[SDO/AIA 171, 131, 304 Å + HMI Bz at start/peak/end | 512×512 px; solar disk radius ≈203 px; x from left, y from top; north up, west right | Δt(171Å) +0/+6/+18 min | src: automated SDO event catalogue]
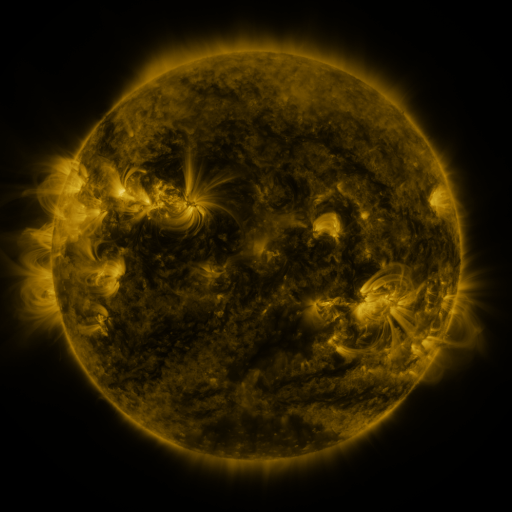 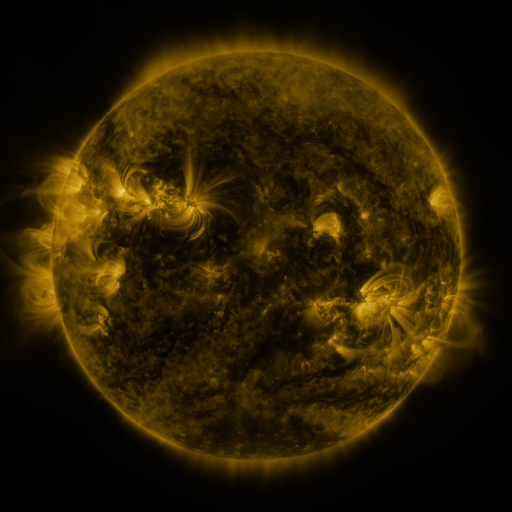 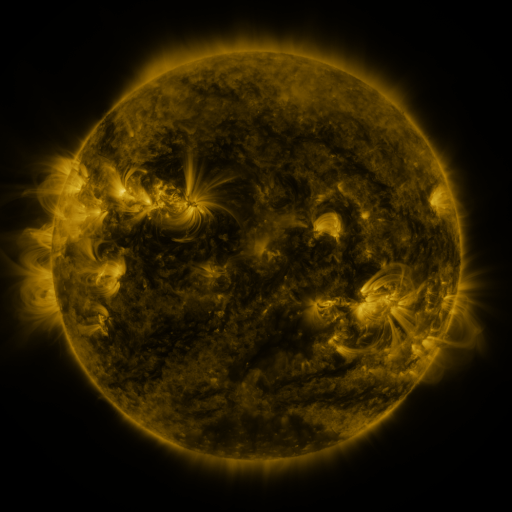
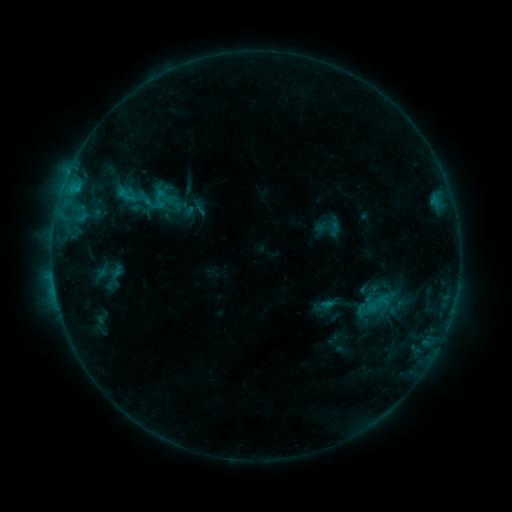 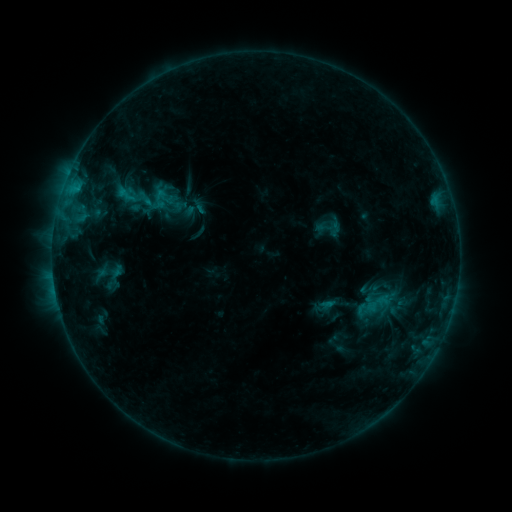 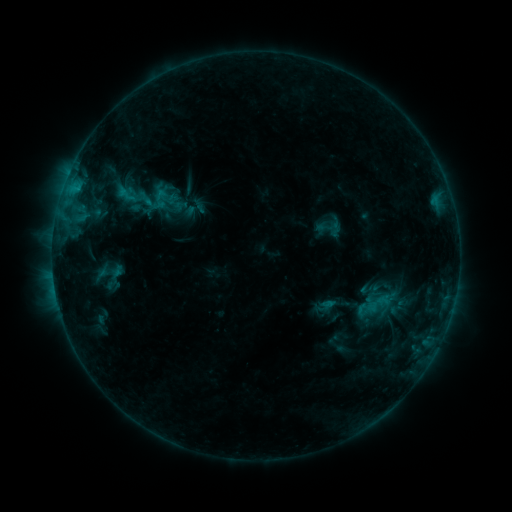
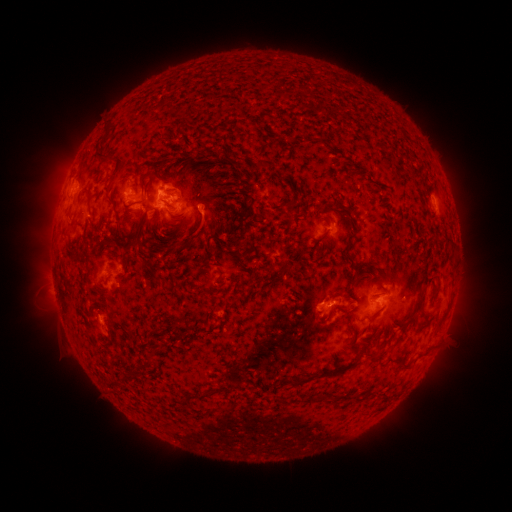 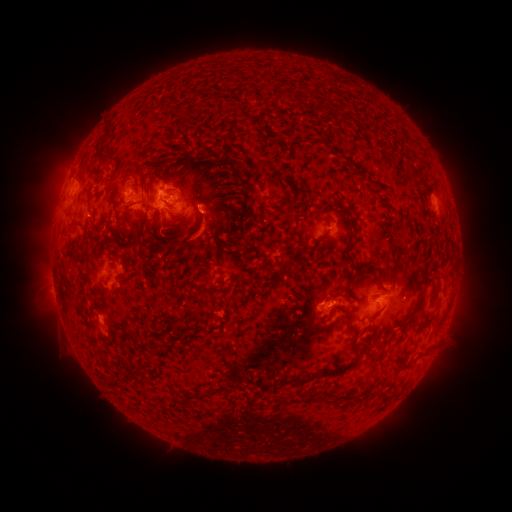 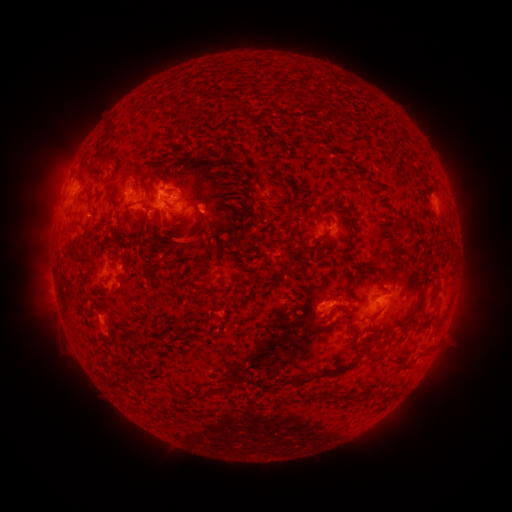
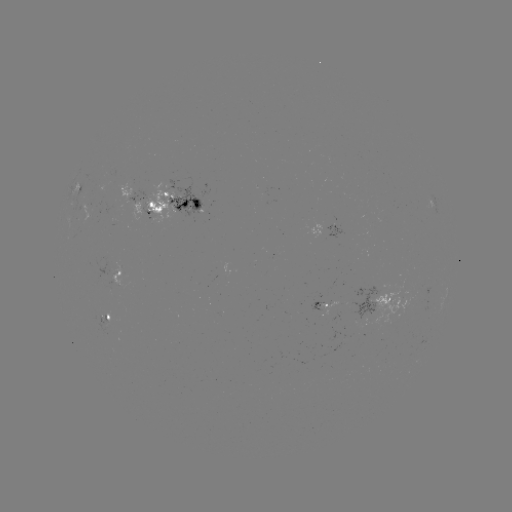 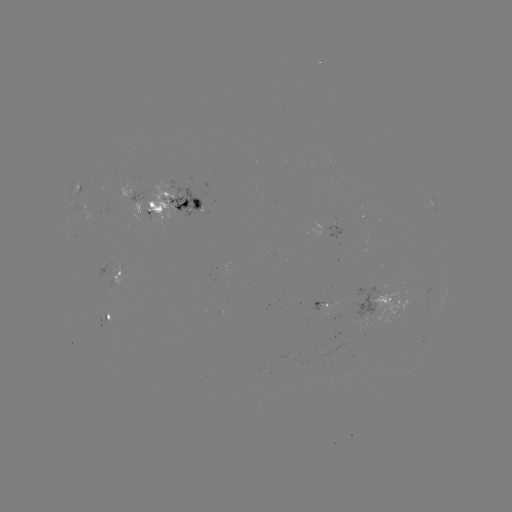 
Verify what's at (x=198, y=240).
eruption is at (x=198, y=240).